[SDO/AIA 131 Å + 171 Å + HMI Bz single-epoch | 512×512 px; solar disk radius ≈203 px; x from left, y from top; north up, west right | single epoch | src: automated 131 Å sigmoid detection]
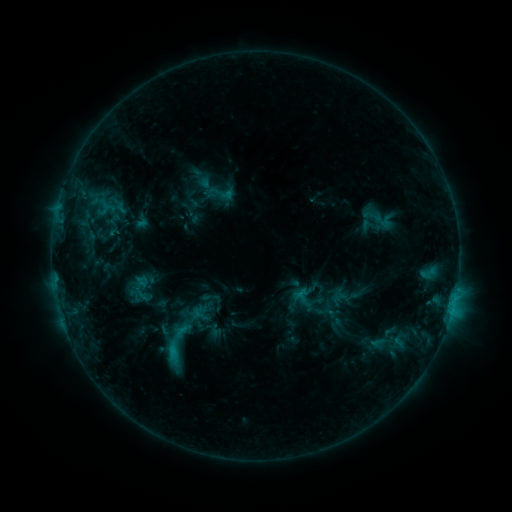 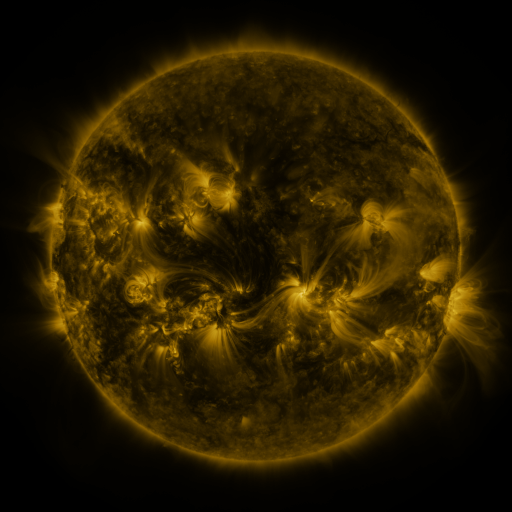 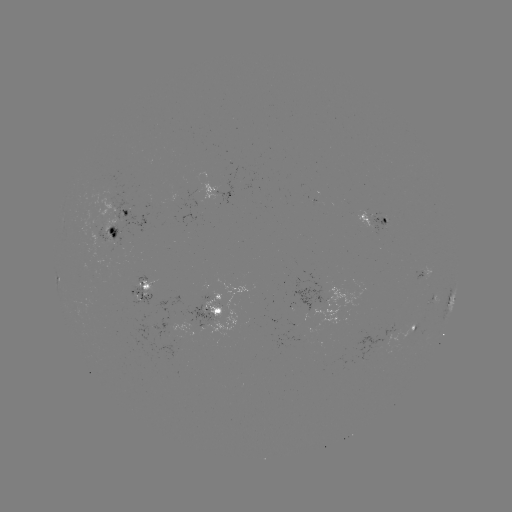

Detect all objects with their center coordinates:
sigmoid: (220, 193)
sigmoid: (173, 345)
